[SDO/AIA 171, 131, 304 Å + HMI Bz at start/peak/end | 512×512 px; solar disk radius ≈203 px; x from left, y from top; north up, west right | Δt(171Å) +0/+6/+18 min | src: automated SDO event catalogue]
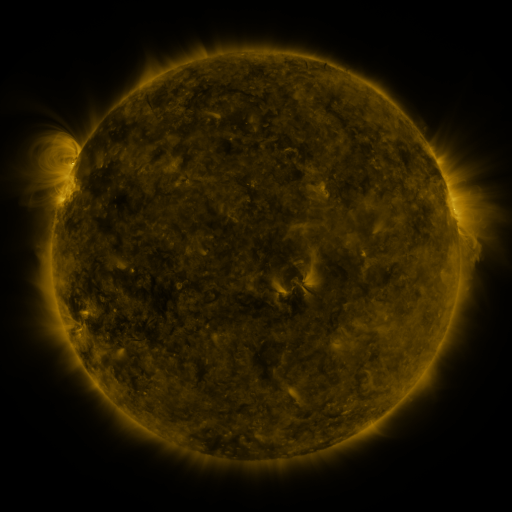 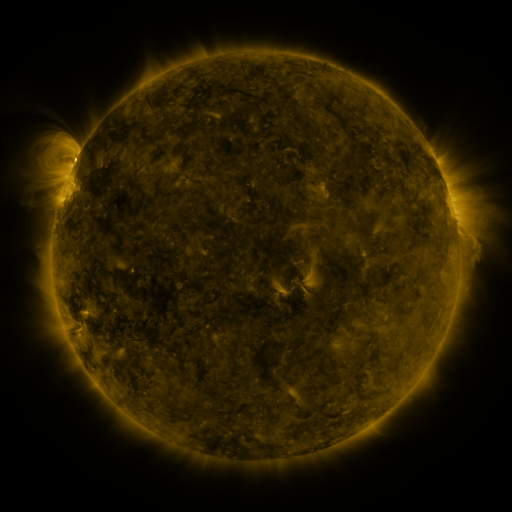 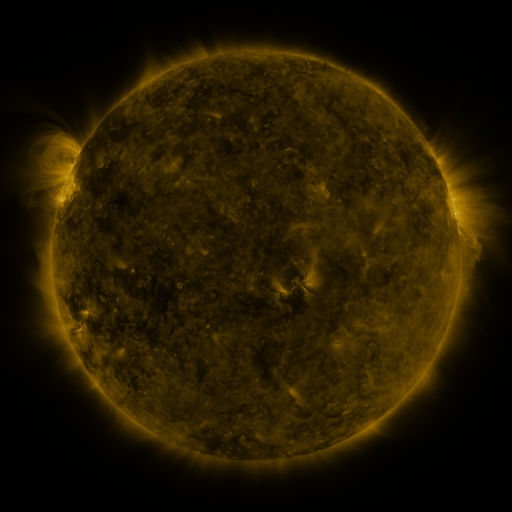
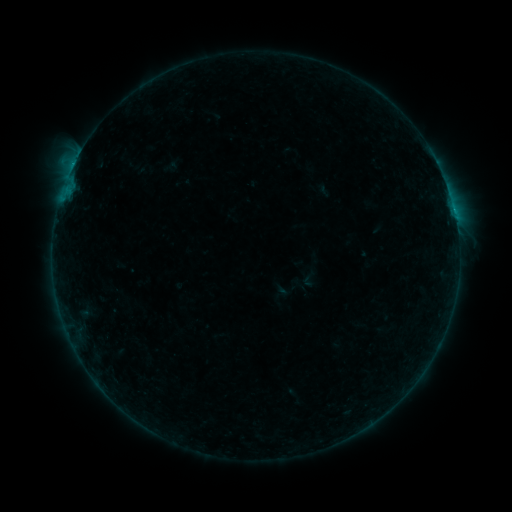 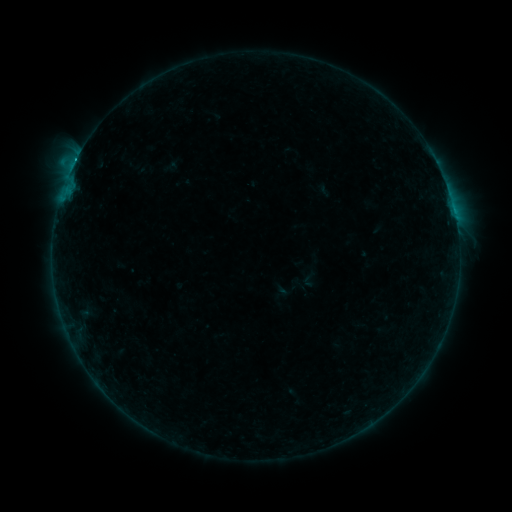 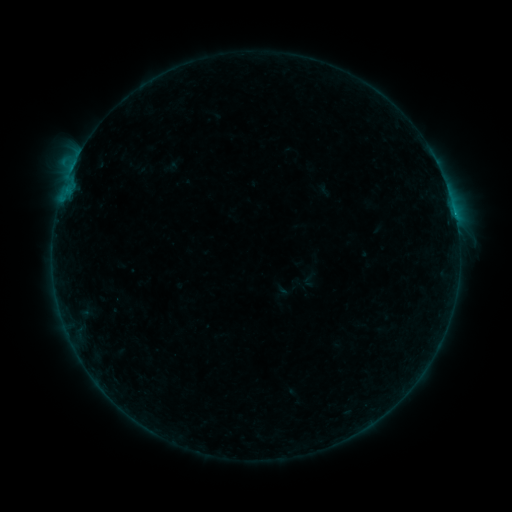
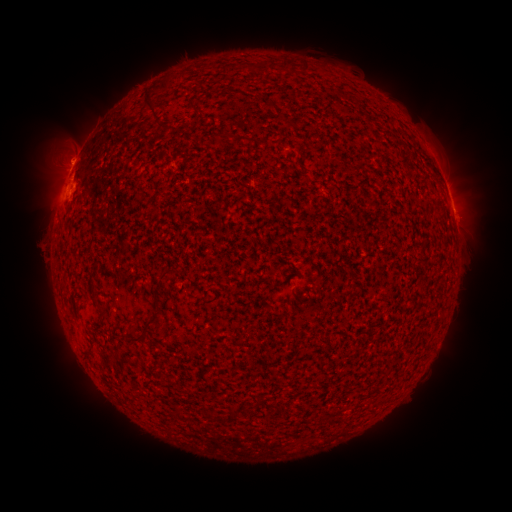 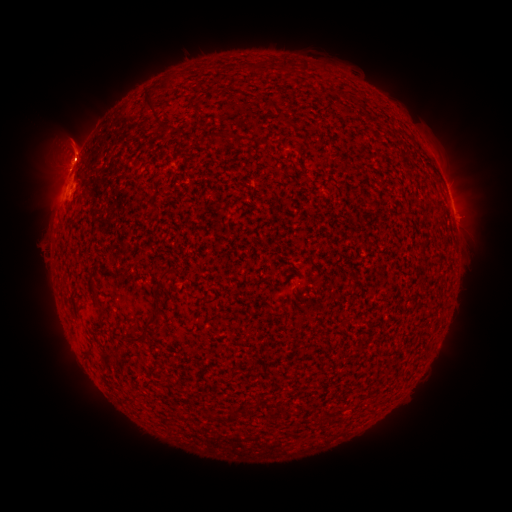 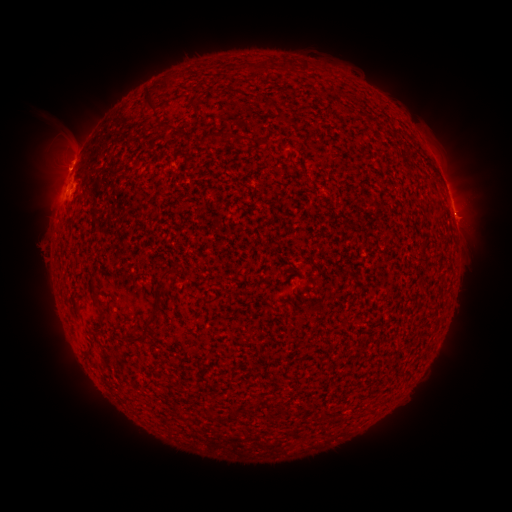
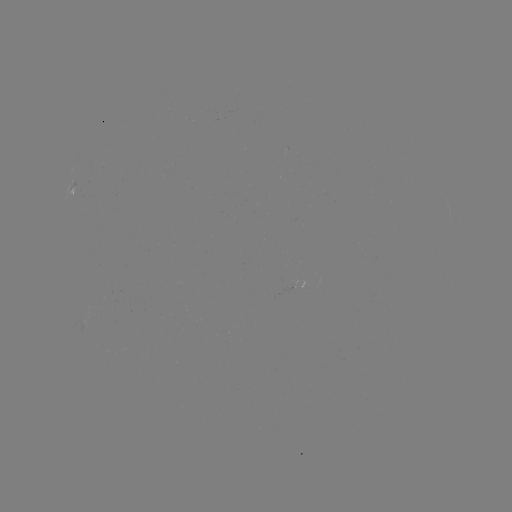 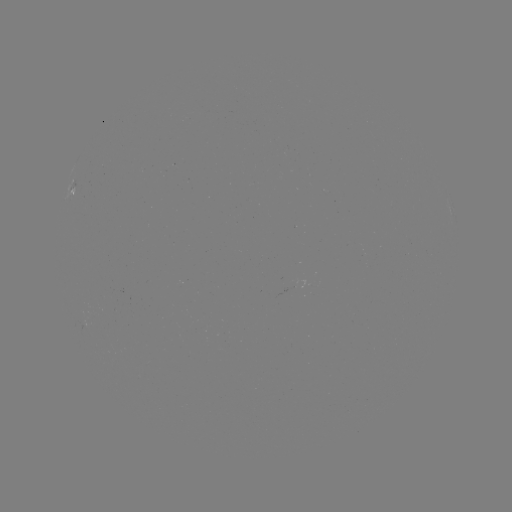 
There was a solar eruption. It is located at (66, 144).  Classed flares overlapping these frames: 1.